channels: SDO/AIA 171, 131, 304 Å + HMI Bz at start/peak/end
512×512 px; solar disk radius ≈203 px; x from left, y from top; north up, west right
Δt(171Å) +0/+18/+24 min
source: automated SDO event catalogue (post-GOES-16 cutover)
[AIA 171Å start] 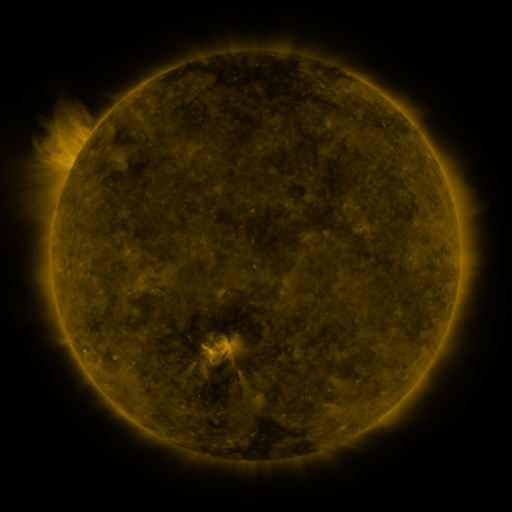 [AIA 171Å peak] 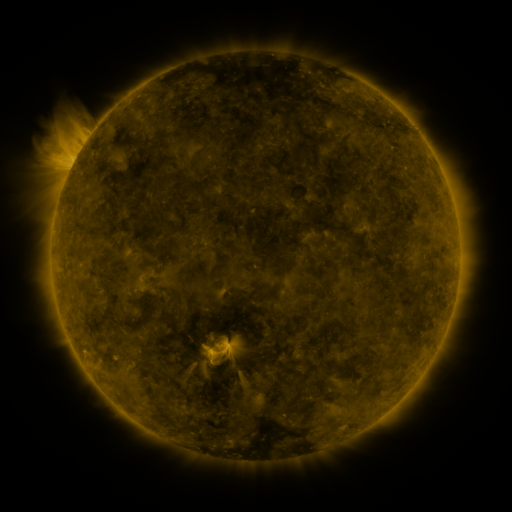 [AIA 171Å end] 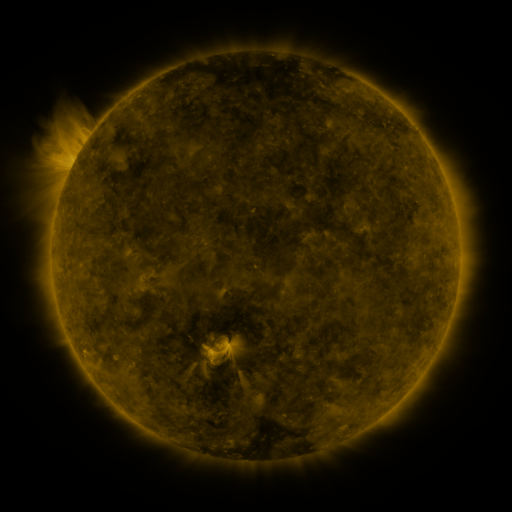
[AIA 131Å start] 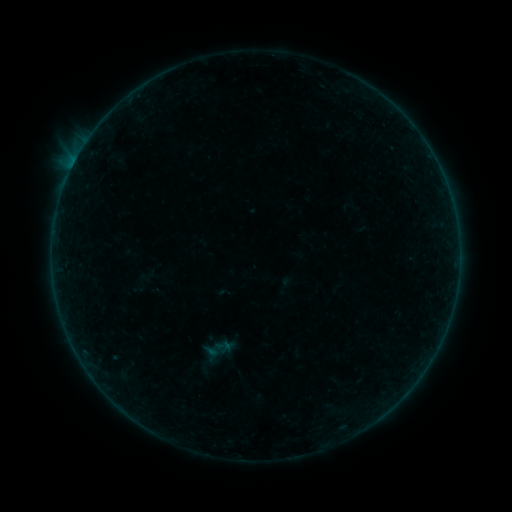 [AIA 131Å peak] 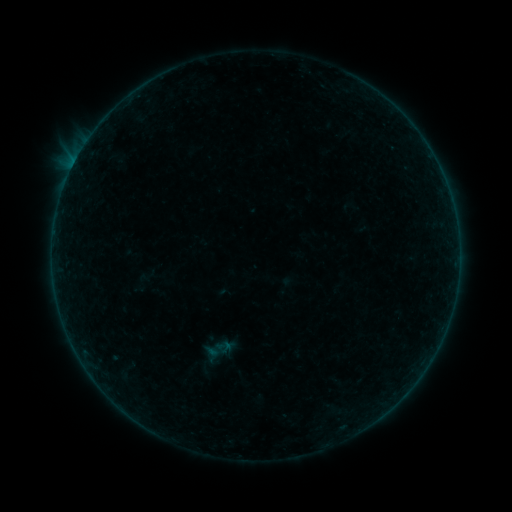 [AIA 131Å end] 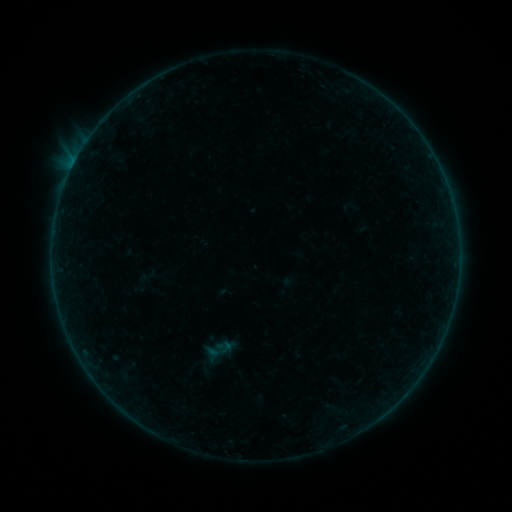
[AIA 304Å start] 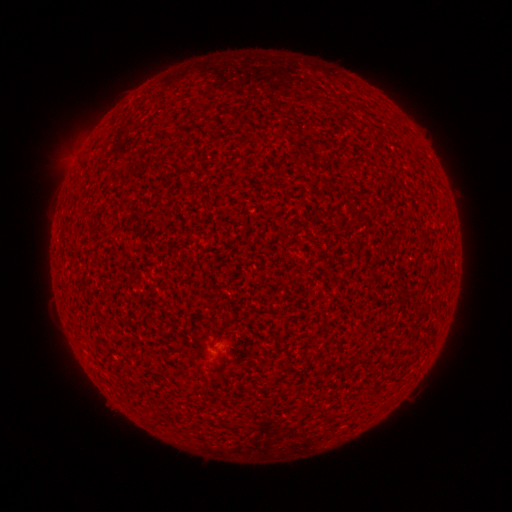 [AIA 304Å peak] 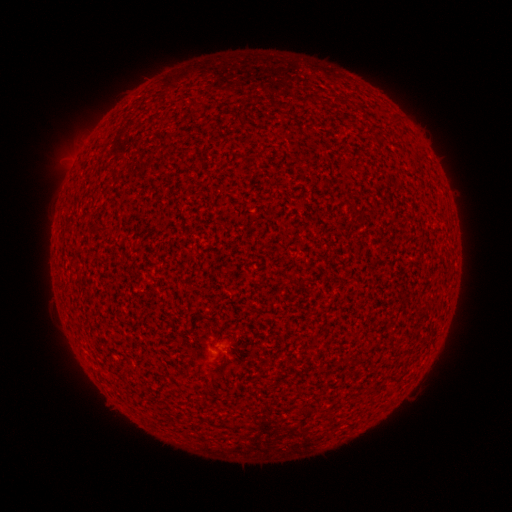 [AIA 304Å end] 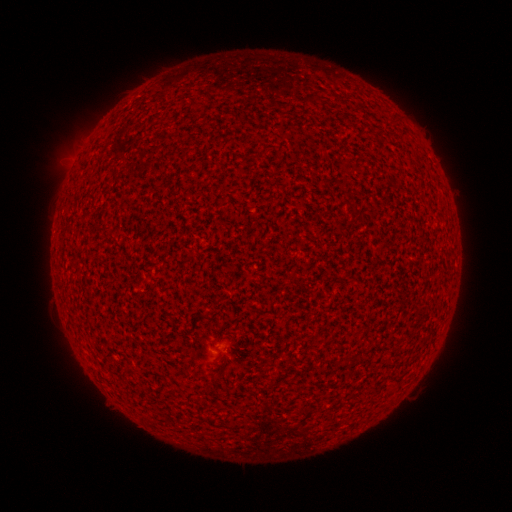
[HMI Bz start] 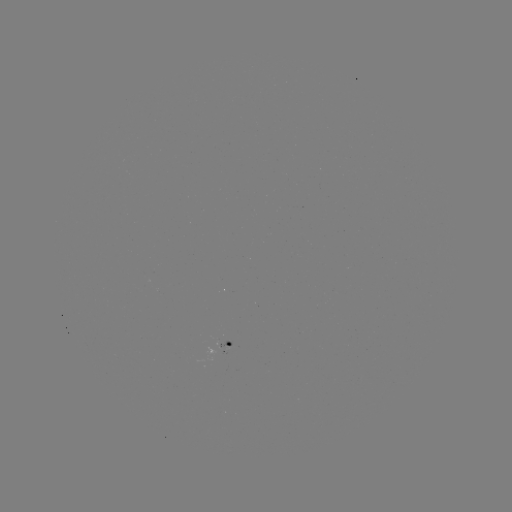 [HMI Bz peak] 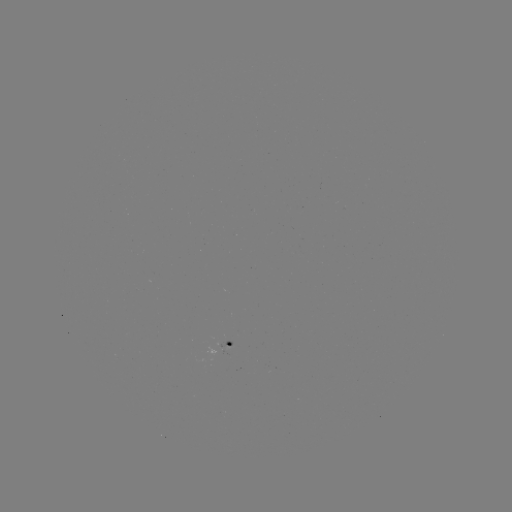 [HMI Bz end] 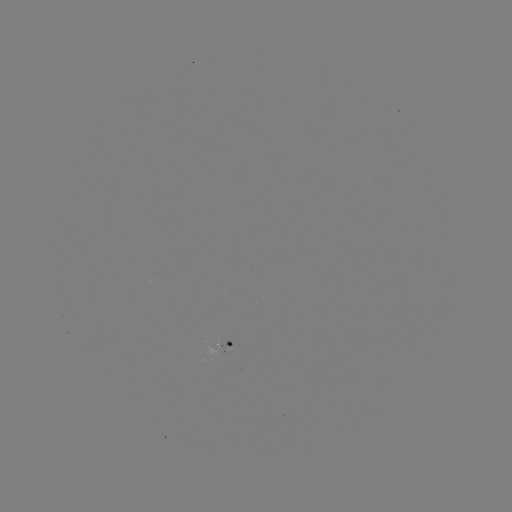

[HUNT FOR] A3.7 flare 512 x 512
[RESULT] (75, 165)